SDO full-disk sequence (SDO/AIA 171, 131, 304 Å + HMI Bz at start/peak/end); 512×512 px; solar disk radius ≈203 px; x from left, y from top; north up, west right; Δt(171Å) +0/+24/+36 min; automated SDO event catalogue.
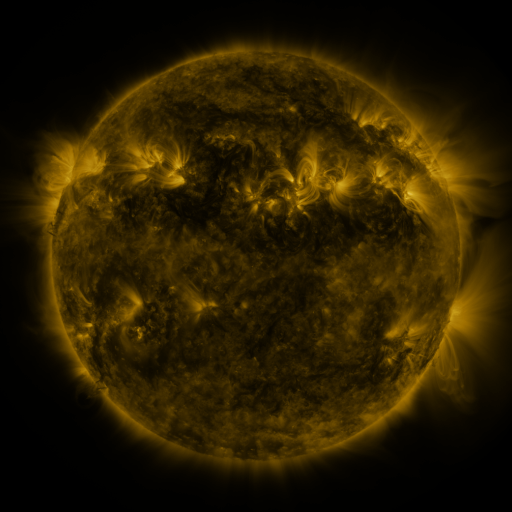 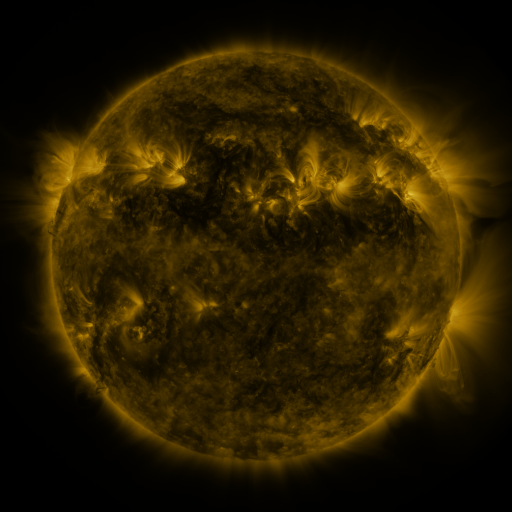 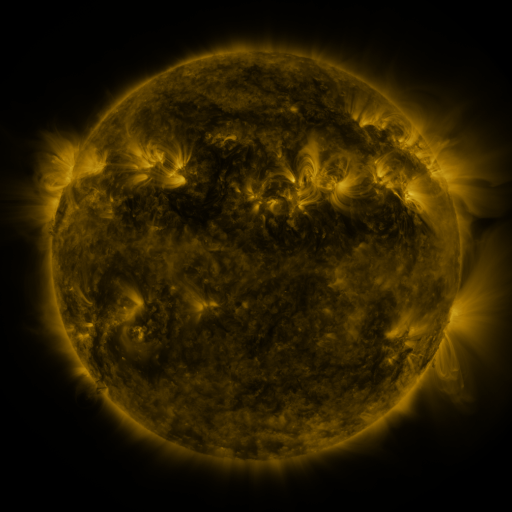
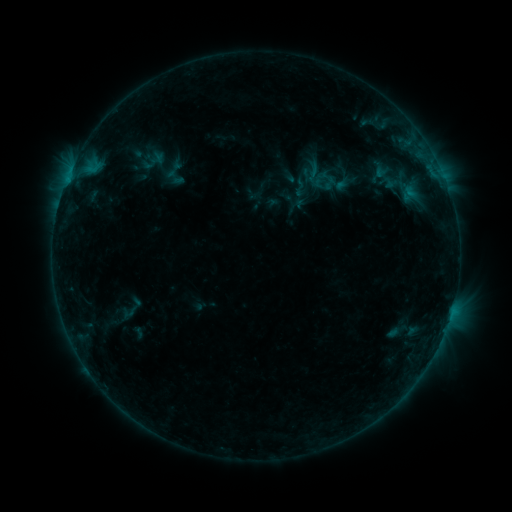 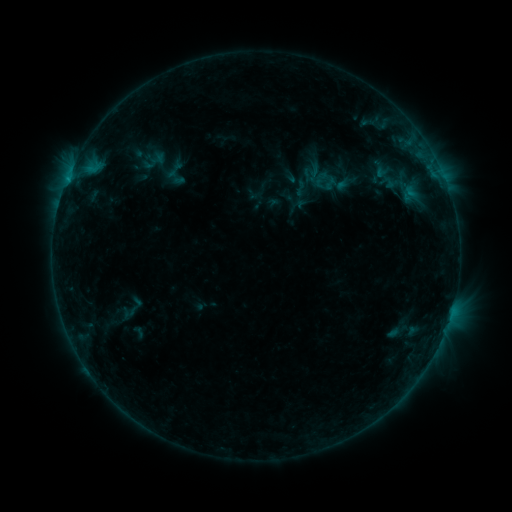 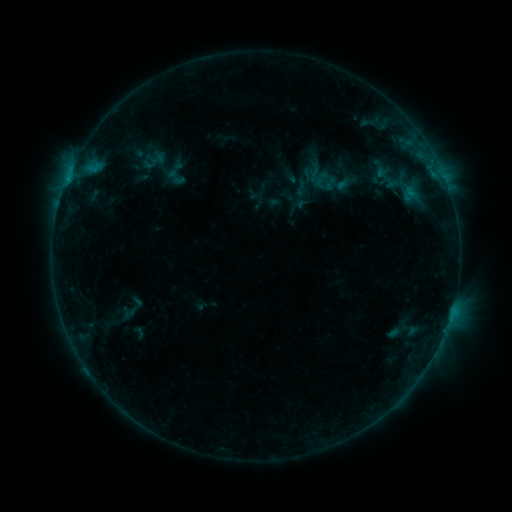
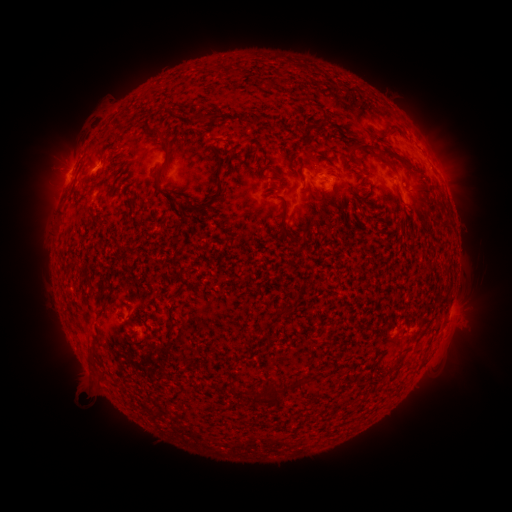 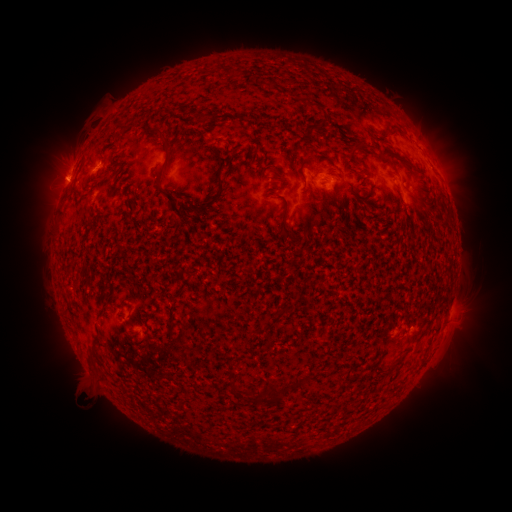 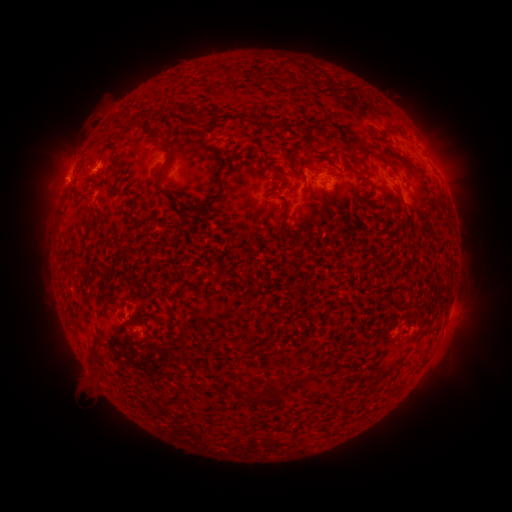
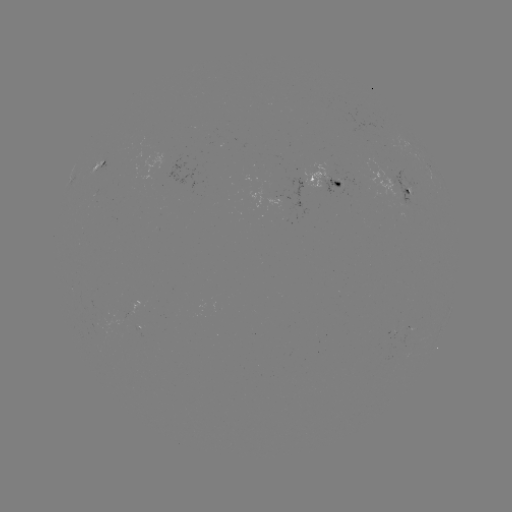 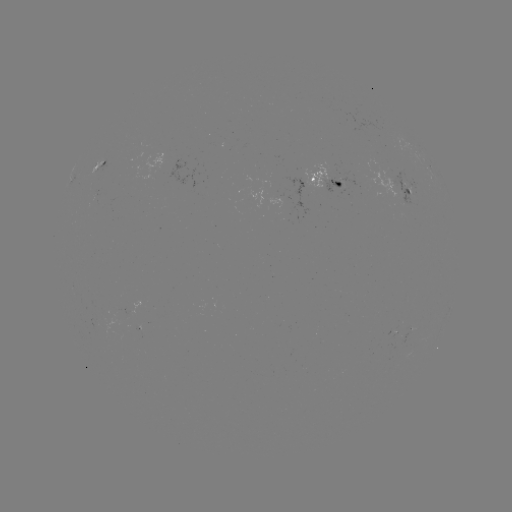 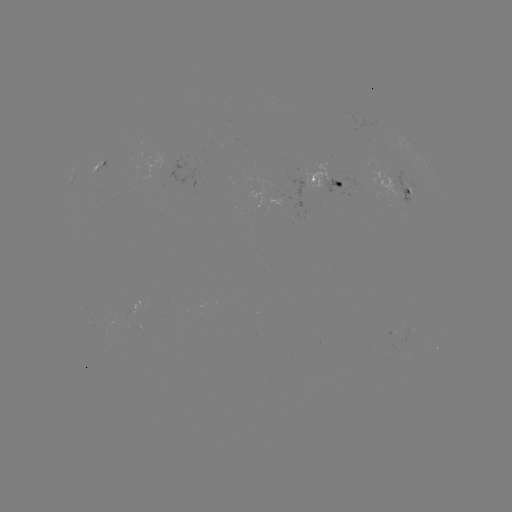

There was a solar emerging-flux region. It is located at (337, 183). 